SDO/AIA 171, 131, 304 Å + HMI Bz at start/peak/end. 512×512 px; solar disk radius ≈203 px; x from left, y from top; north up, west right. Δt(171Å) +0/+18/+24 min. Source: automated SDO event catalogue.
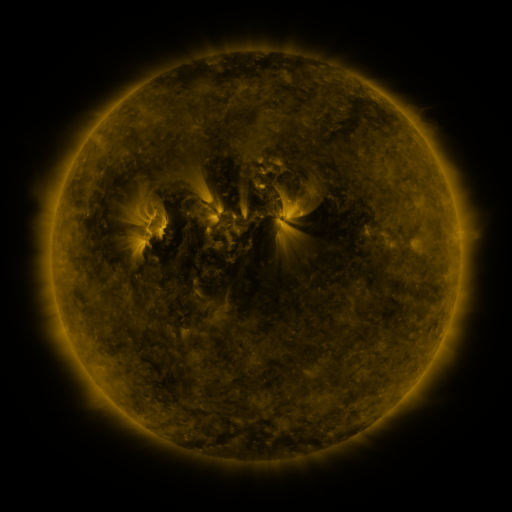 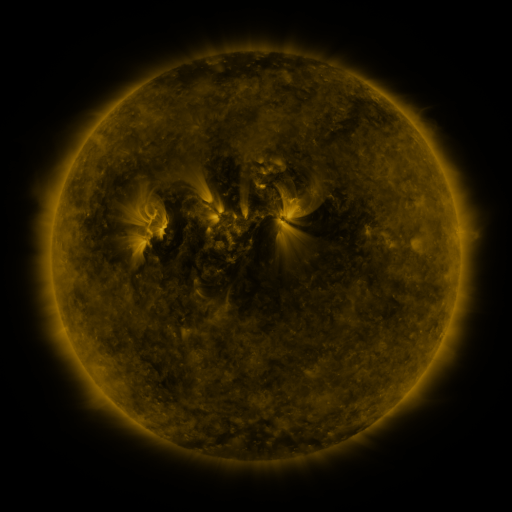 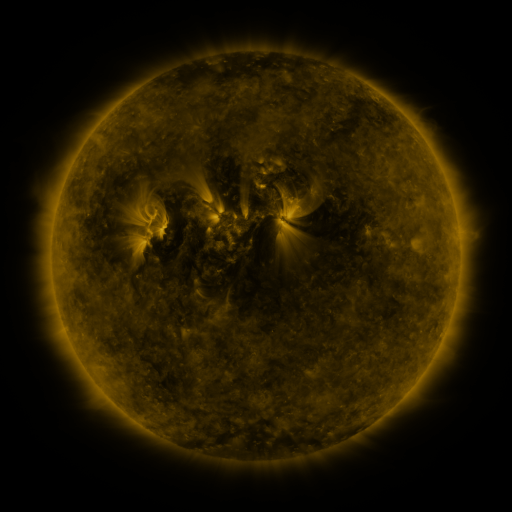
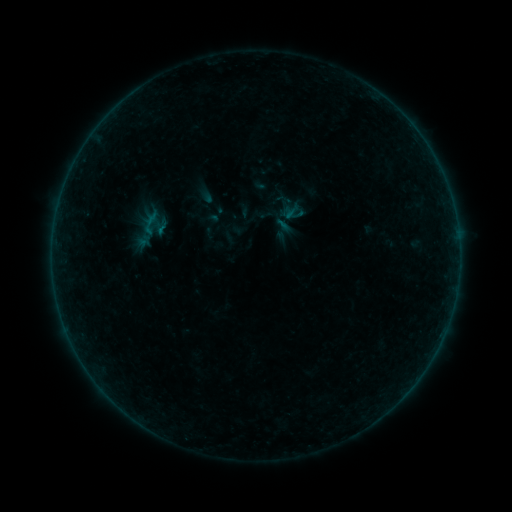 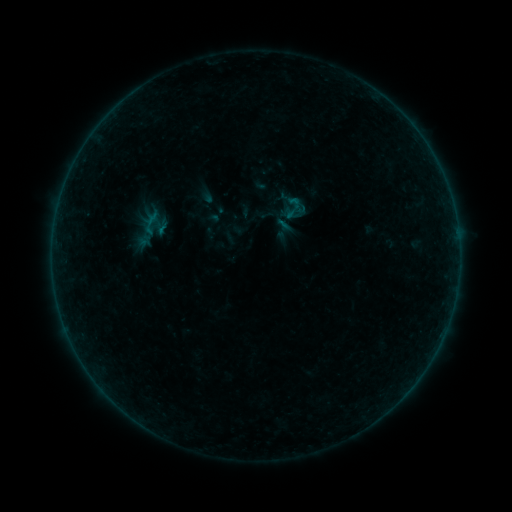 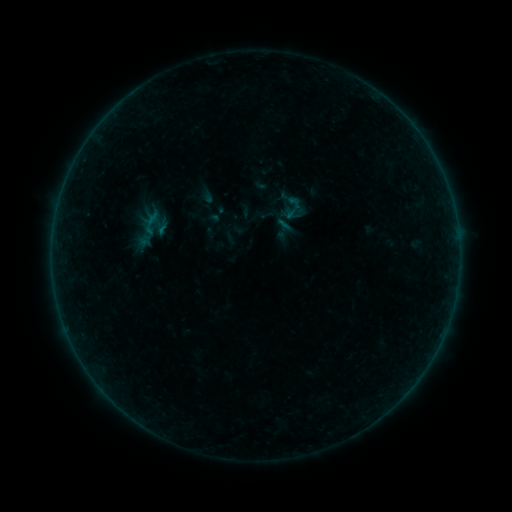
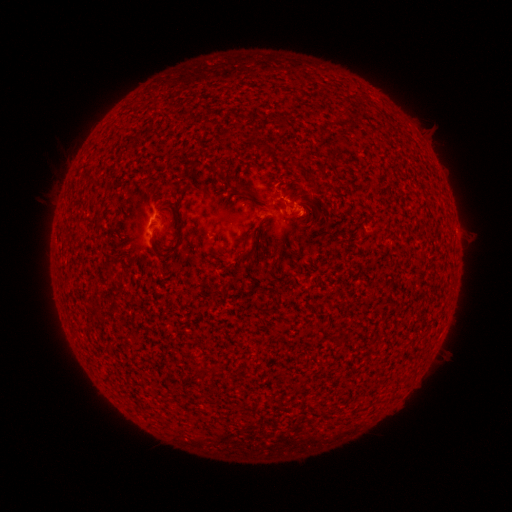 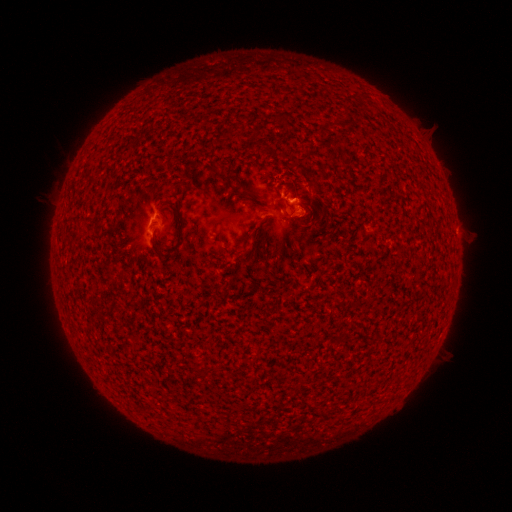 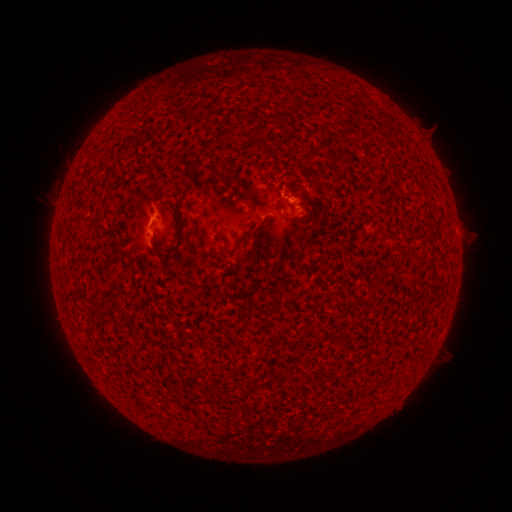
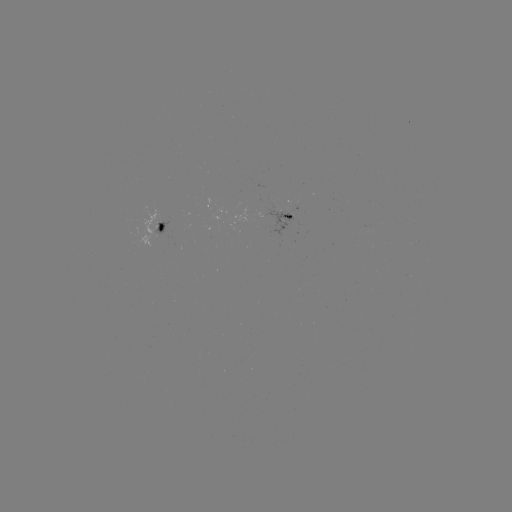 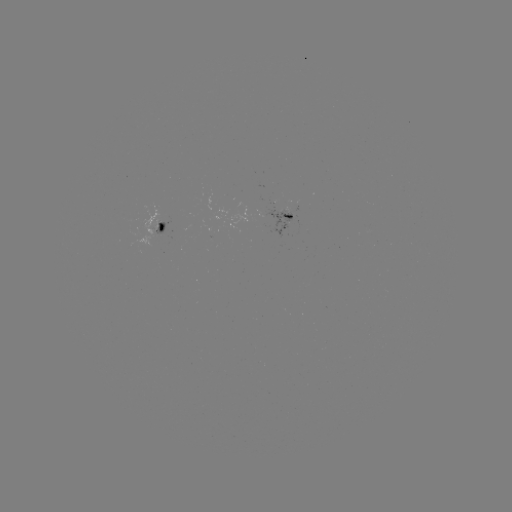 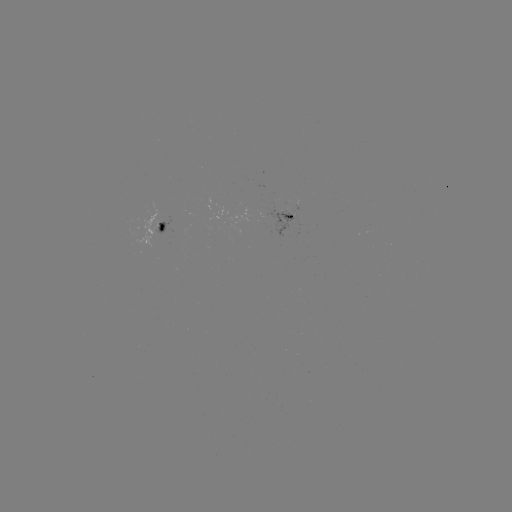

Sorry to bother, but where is B2.2 flare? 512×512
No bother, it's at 294,202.